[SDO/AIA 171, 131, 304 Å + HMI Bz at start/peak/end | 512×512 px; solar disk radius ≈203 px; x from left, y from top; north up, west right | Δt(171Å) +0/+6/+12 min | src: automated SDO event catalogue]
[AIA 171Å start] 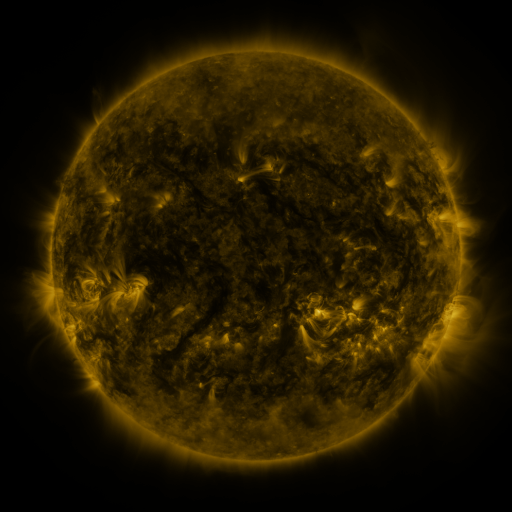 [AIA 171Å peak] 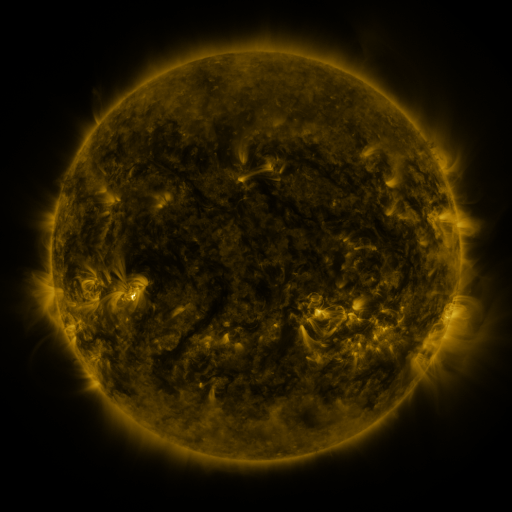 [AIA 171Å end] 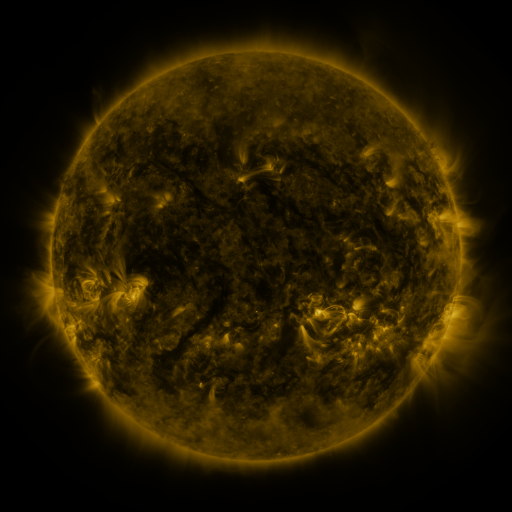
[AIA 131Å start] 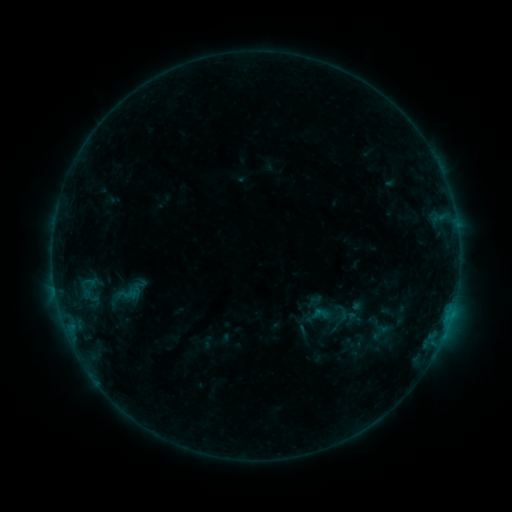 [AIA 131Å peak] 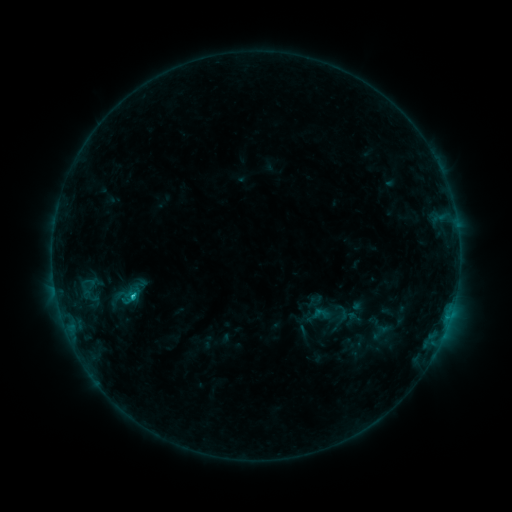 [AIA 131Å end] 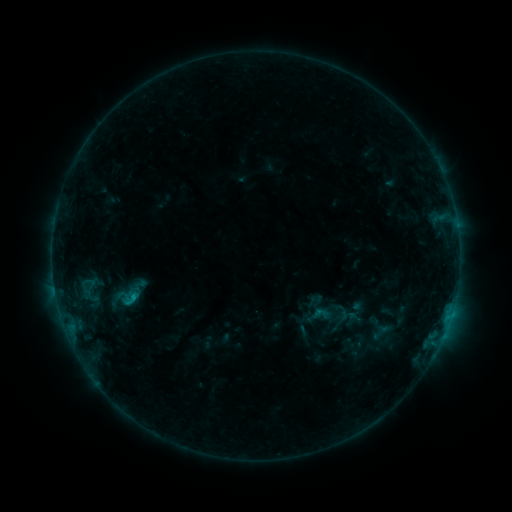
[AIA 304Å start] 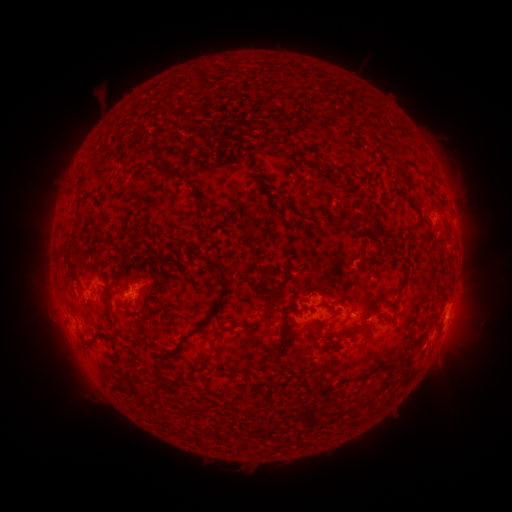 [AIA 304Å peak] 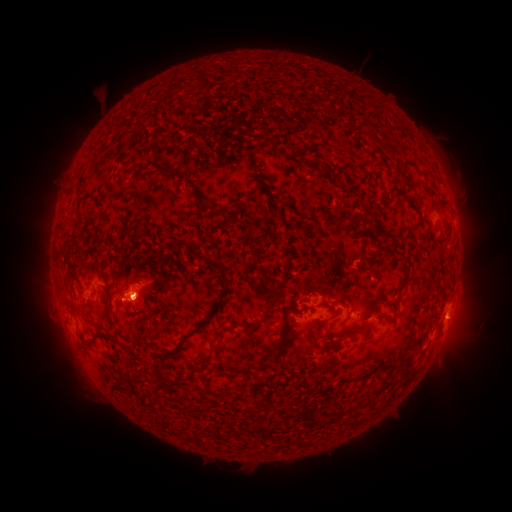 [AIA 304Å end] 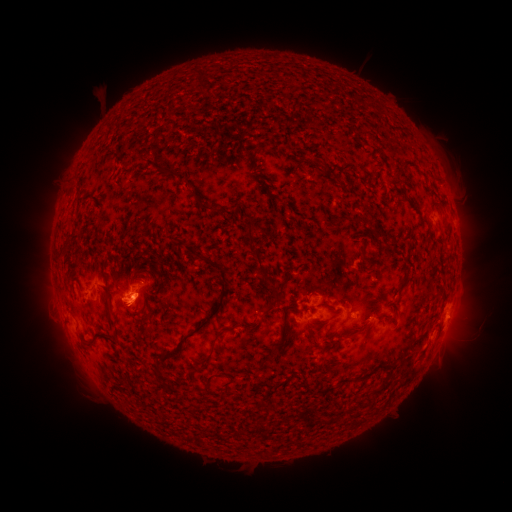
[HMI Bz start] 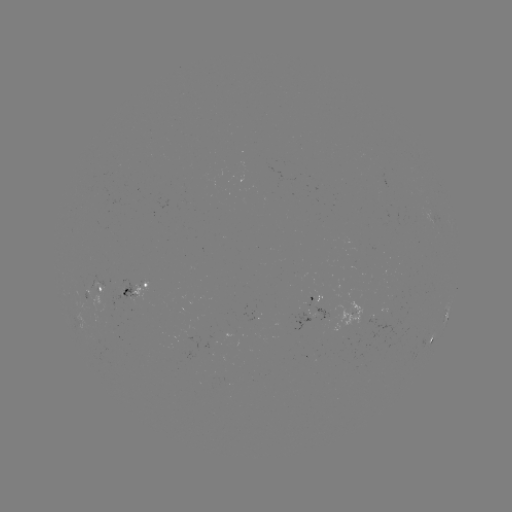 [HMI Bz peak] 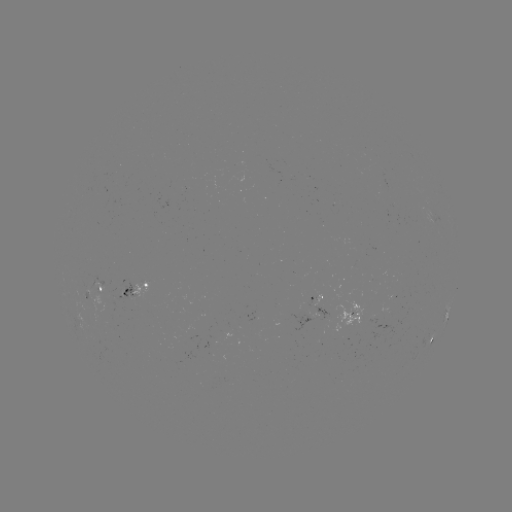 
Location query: C1.1 flare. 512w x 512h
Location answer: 133,293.